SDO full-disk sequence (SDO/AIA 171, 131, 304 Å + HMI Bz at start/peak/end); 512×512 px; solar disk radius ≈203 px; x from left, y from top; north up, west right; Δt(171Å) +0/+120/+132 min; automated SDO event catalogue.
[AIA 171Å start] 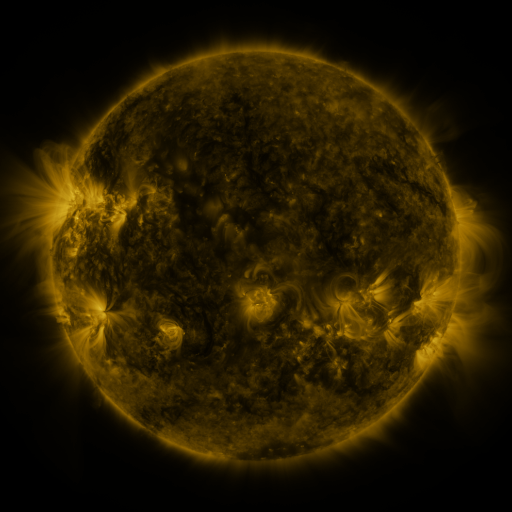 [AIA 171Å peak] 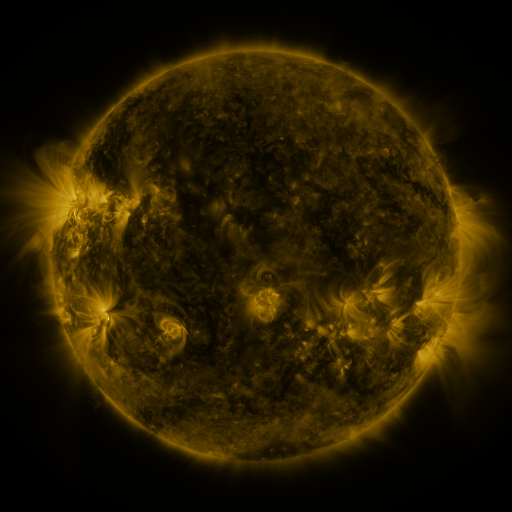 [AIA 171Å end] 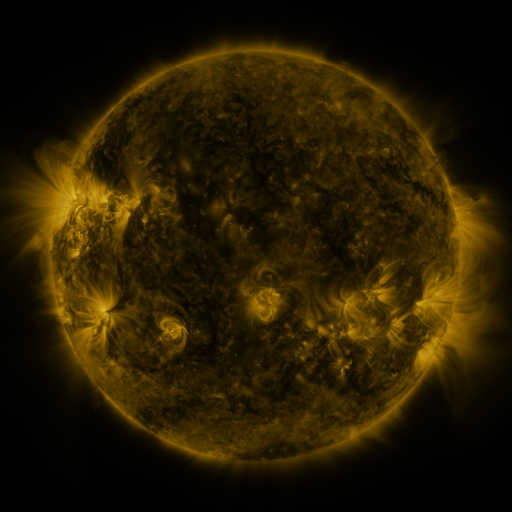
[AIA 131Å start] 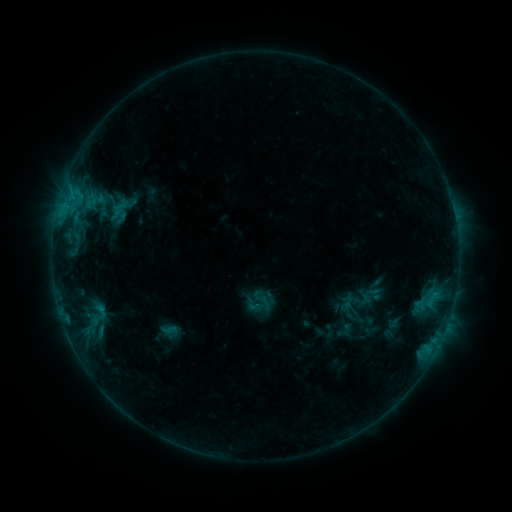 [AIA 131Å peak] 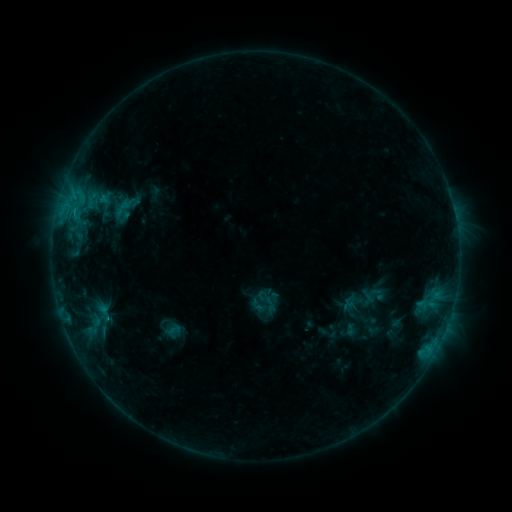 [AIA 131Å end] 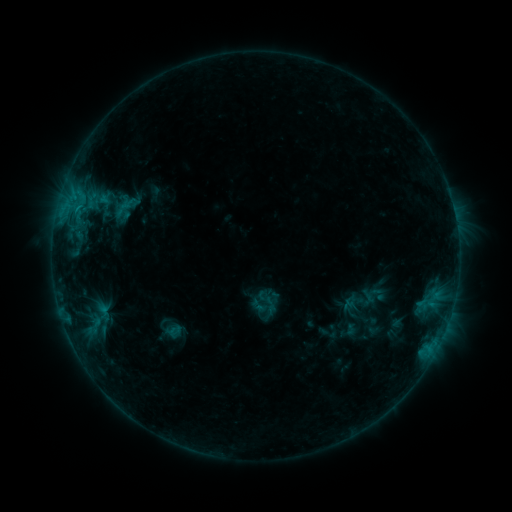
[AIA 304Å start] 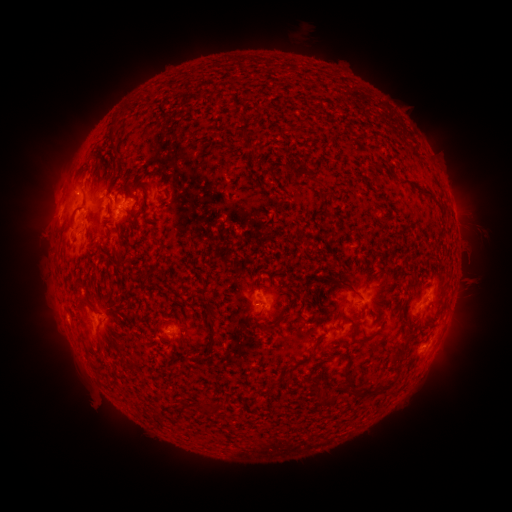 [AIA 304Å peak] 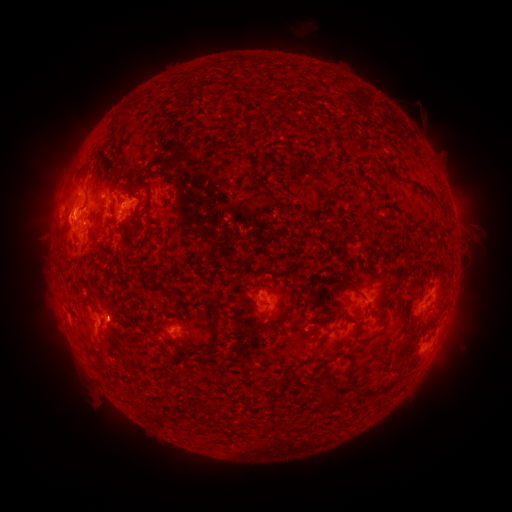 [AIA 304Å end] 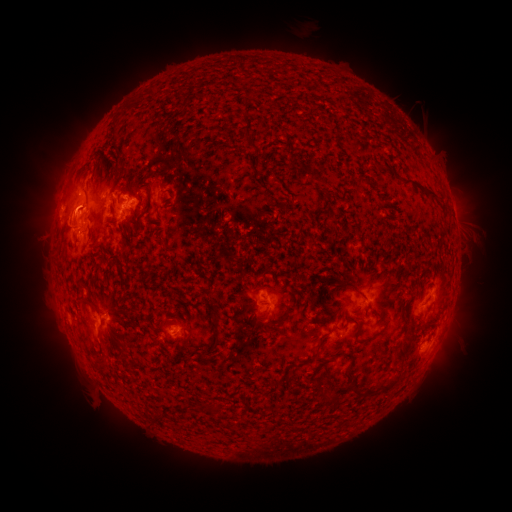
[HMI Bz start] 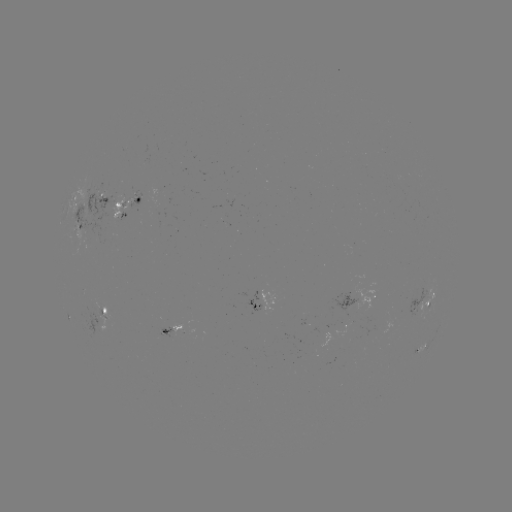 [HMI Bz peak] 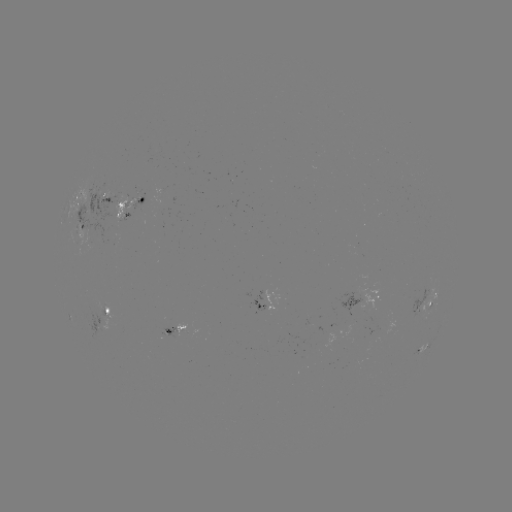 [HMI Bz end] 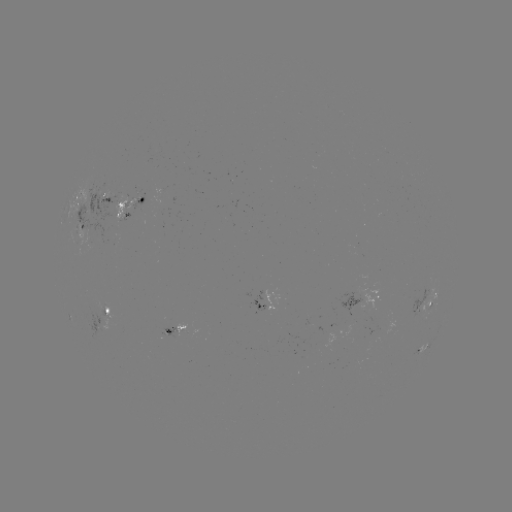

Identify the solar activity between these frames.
emerging-flux region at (97, 311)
